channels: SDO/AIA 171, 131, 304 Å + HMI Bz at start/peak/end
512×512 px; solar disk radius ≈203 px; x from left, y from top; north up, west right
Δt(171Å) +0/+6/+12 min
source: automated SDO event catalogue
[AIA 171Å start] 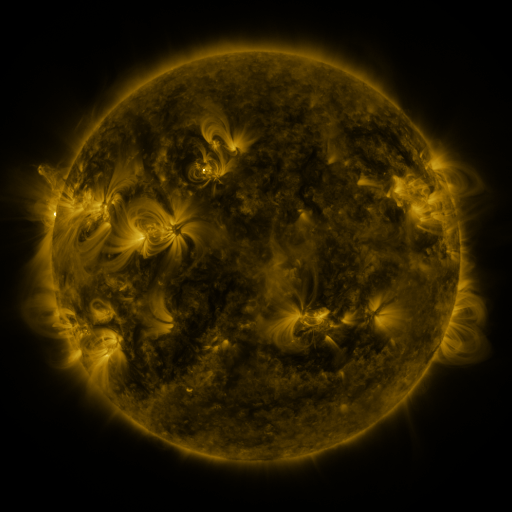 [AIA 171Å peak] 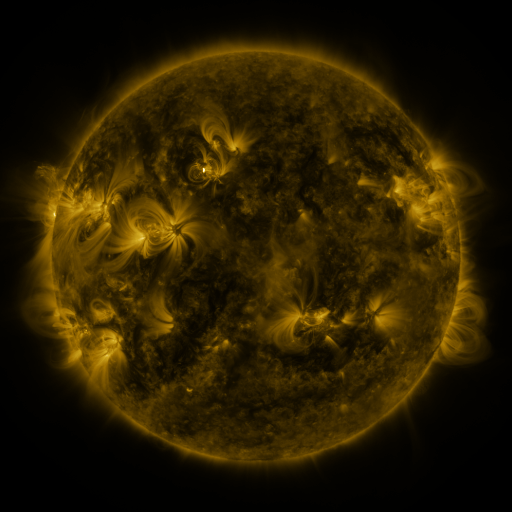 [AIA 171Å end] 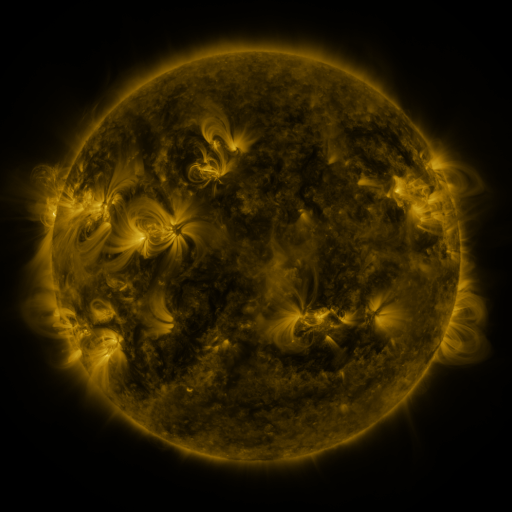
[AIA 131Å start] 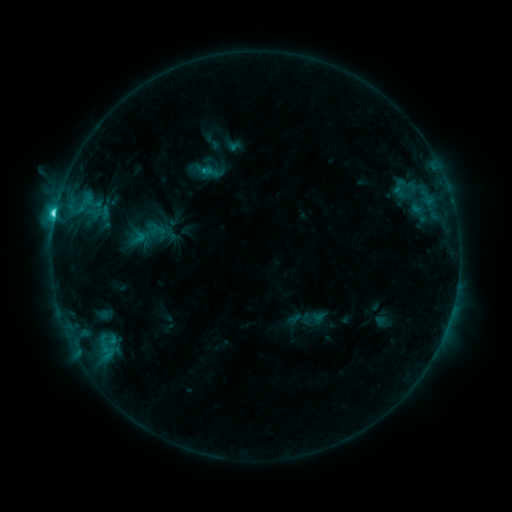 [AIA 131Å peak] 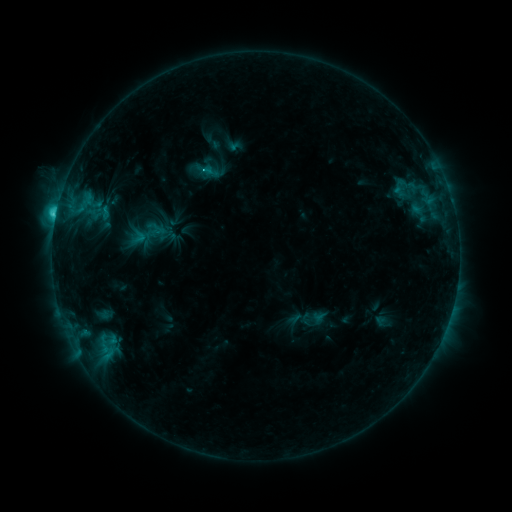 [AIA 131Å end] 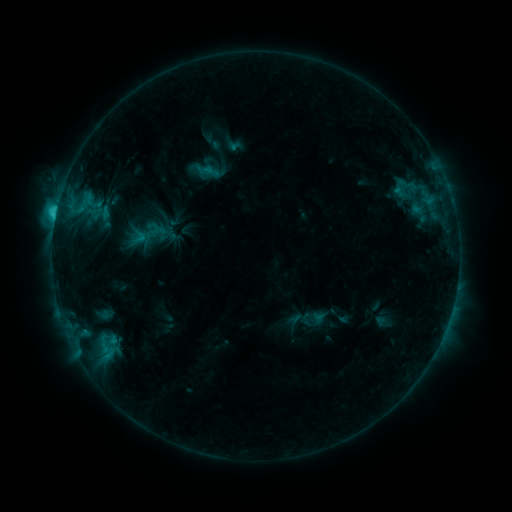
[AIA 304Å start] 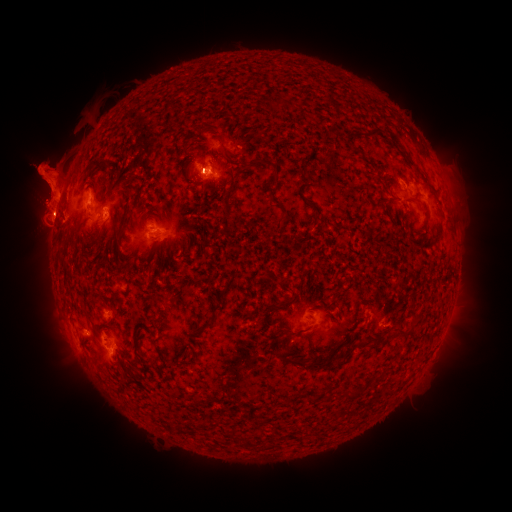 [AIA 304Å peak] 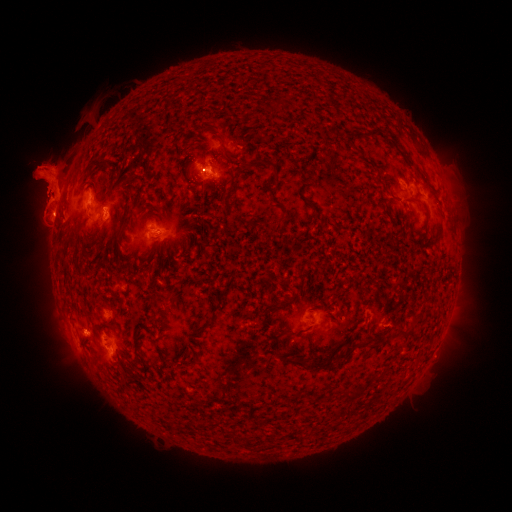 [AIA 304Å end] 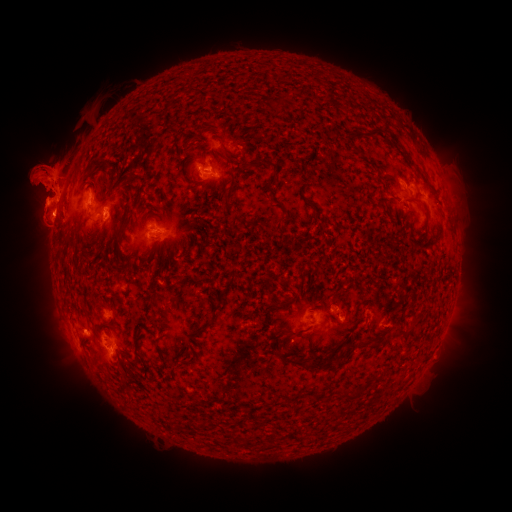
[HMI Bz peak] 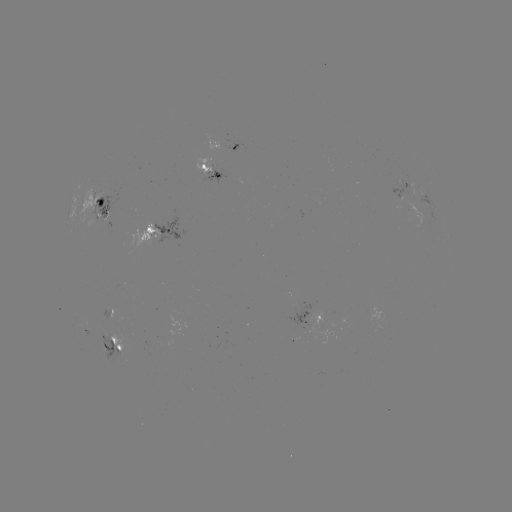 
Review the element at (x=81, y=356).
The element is eruption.